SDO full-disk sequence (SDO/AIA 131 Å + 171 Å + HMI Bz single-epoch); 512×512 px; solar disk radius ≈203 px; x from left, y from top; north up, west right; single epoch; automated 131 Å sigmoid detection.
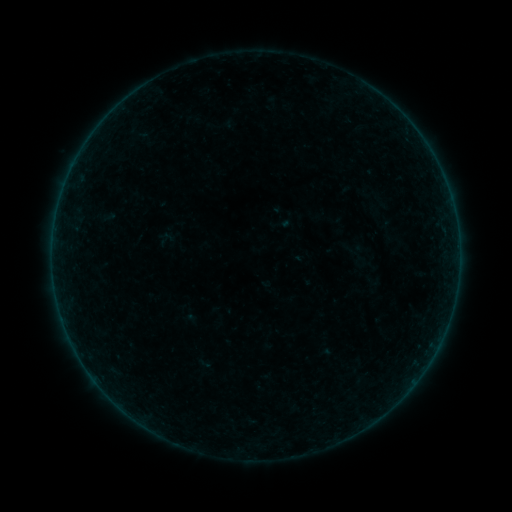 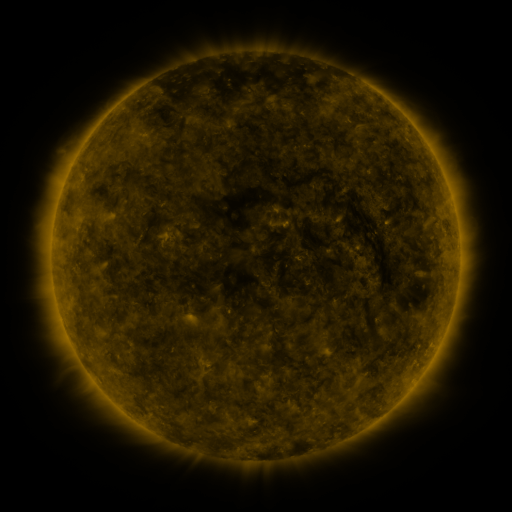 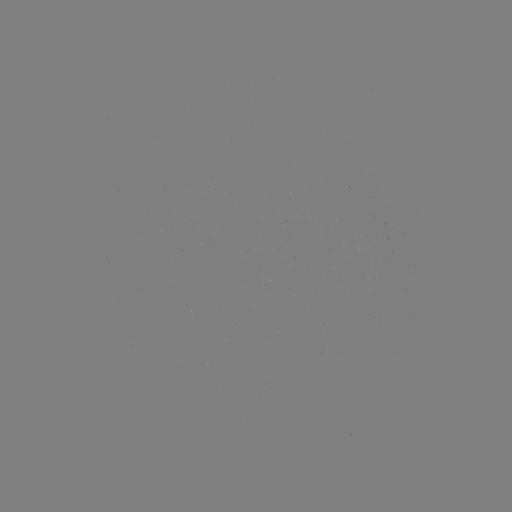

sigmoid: (341, 237, 364, 259)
